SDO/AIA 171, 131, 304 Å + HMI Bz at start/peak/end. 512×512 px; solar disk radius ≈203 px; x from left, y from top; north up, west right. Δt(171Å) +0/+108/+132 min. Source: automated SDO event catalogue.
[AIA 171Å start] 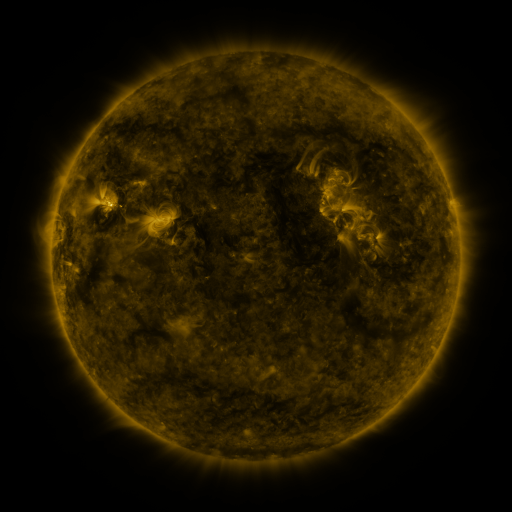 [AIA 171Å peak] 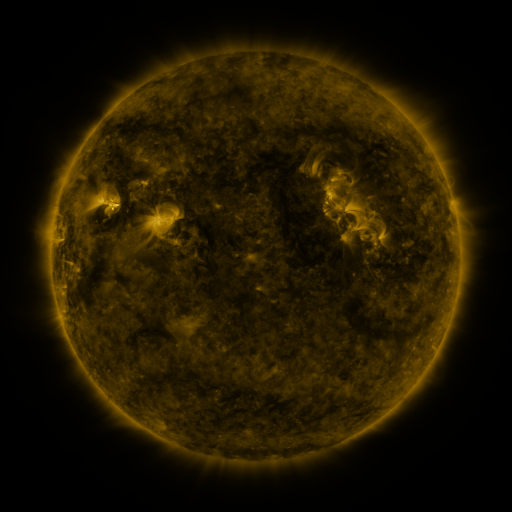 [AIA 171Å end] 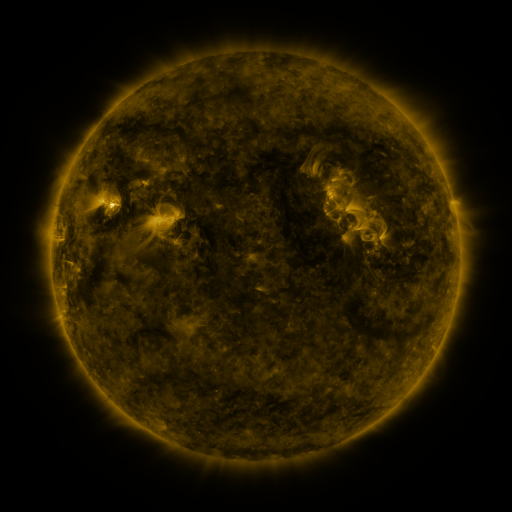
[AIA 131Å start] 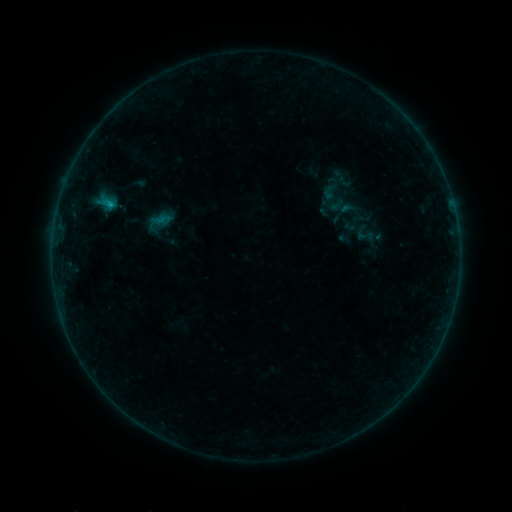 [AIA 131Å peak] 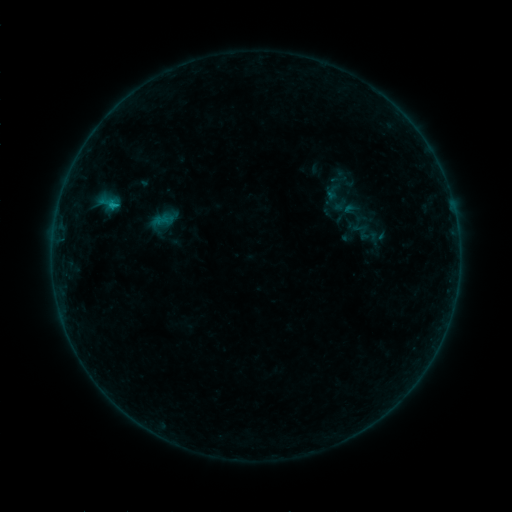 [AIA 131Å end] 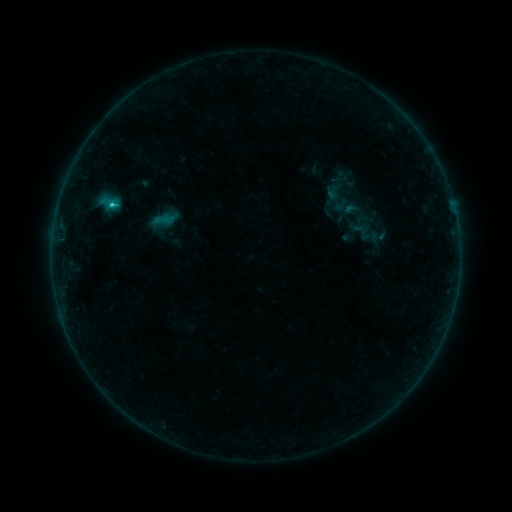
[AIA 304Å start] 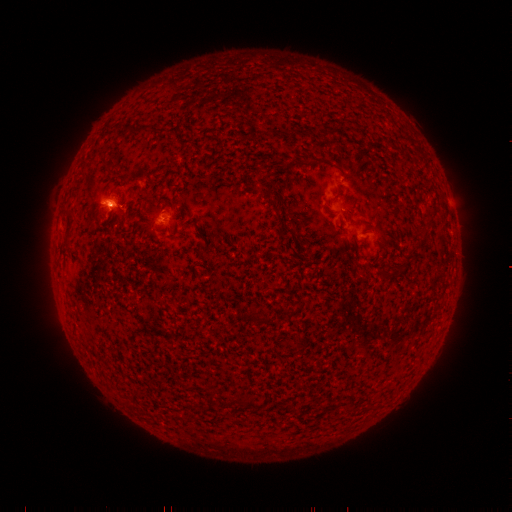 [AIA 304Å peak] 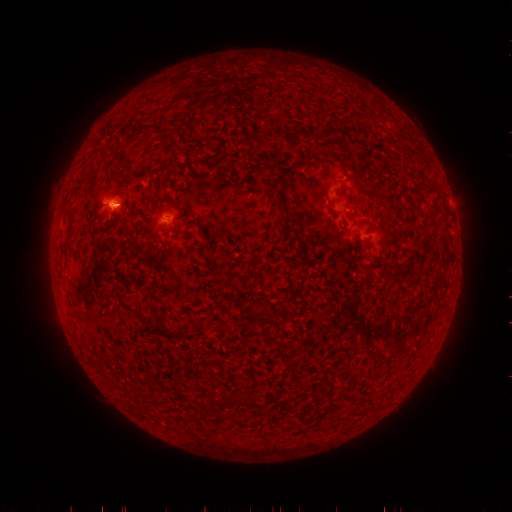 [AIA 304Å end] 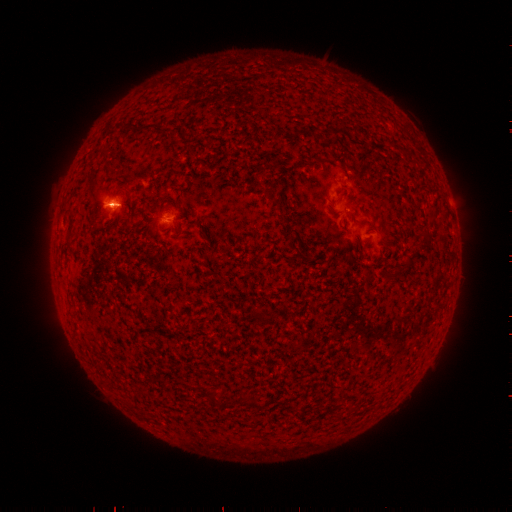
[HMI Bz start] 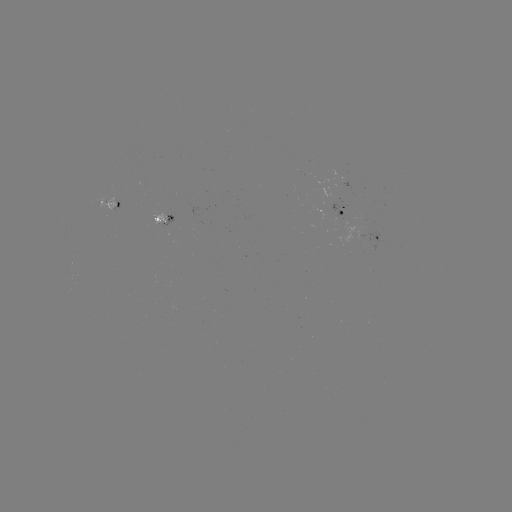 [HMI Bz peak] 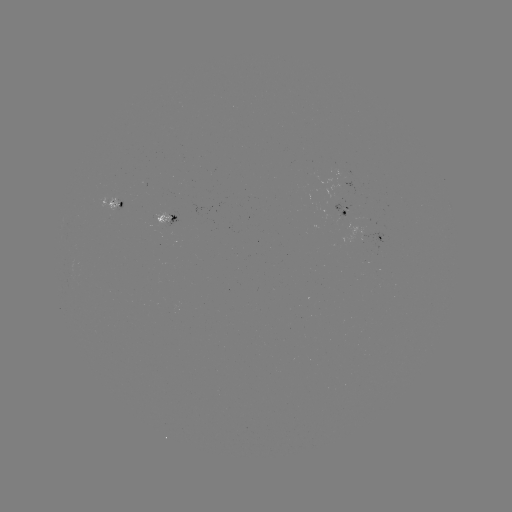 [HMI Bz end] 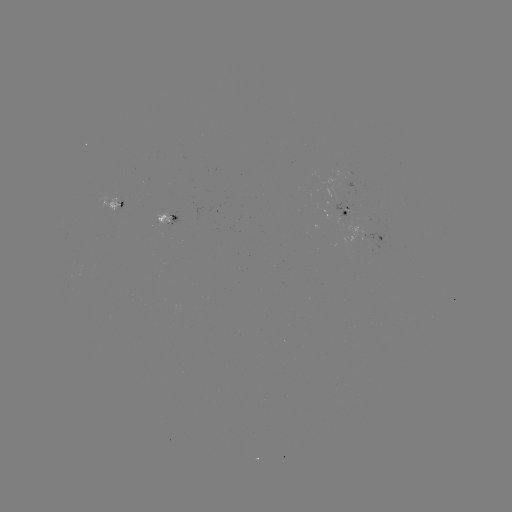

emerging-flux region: [154, 213, 177, 225]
